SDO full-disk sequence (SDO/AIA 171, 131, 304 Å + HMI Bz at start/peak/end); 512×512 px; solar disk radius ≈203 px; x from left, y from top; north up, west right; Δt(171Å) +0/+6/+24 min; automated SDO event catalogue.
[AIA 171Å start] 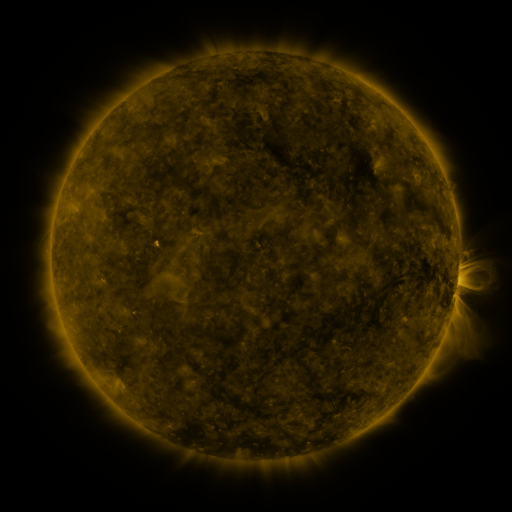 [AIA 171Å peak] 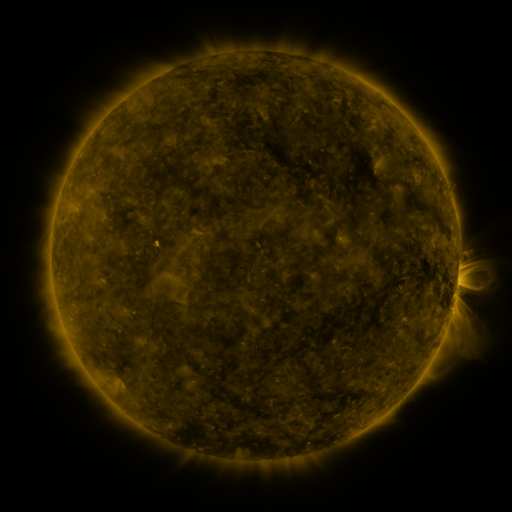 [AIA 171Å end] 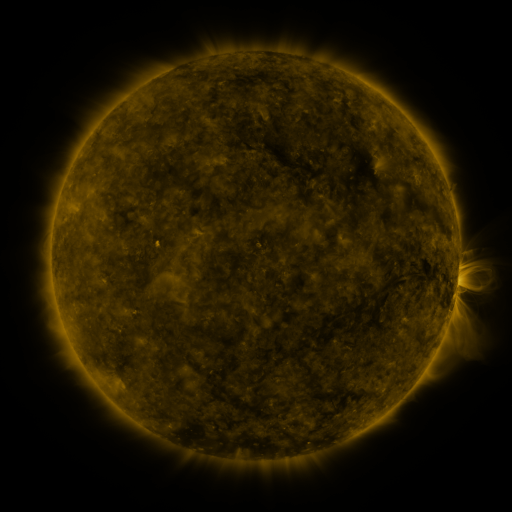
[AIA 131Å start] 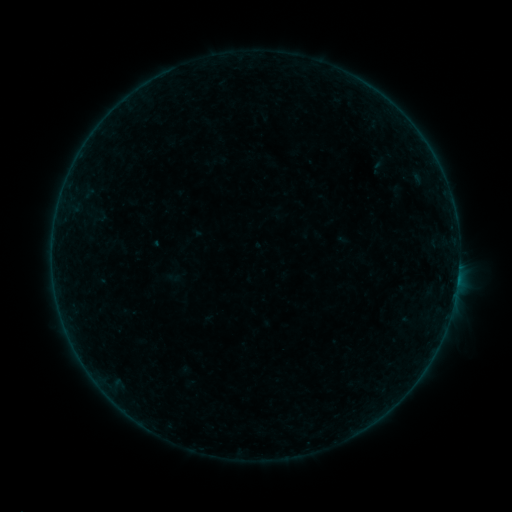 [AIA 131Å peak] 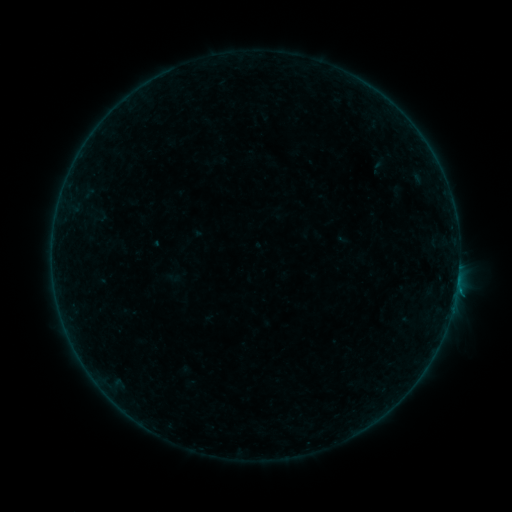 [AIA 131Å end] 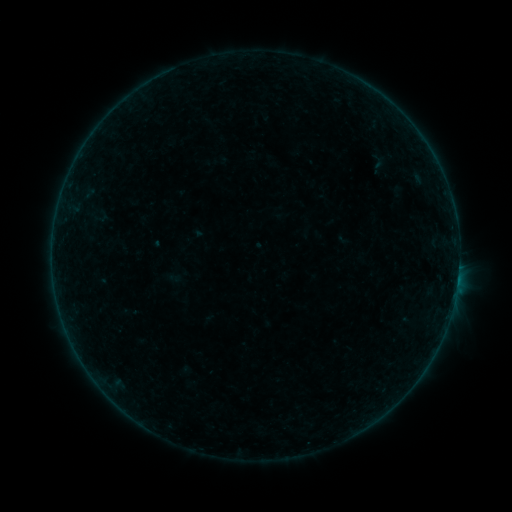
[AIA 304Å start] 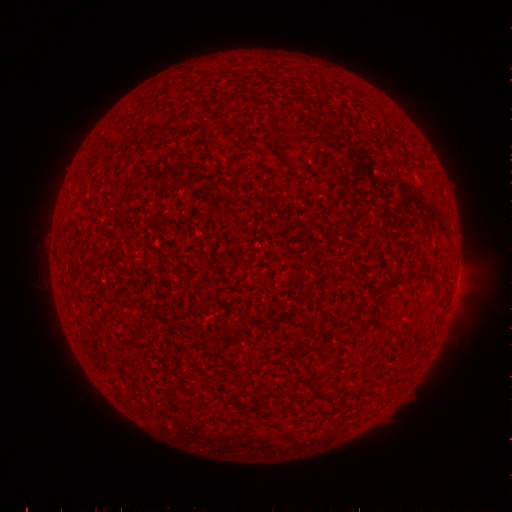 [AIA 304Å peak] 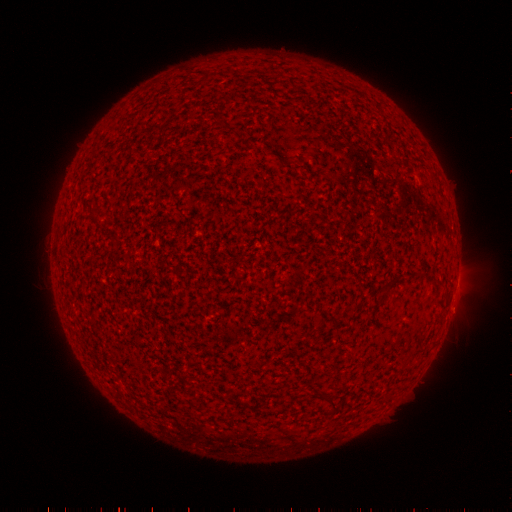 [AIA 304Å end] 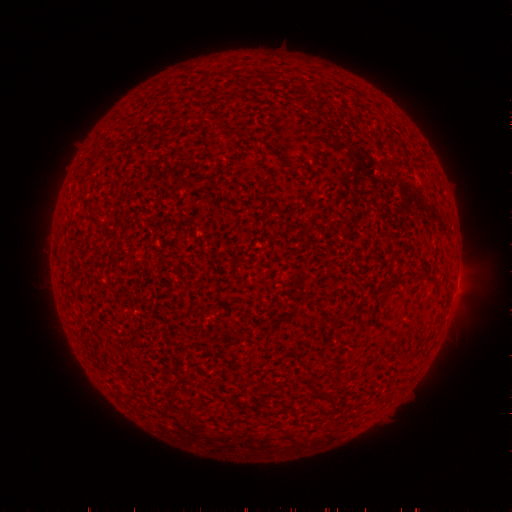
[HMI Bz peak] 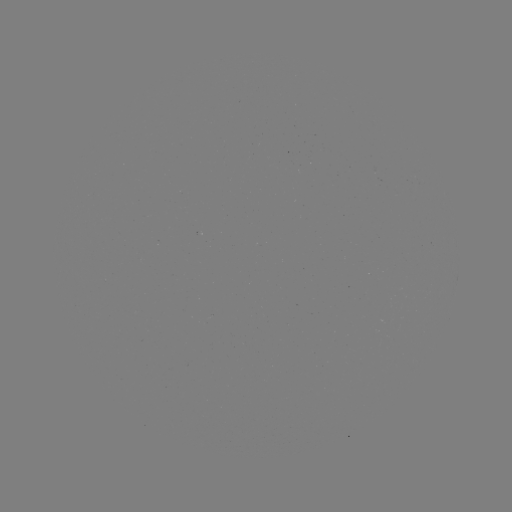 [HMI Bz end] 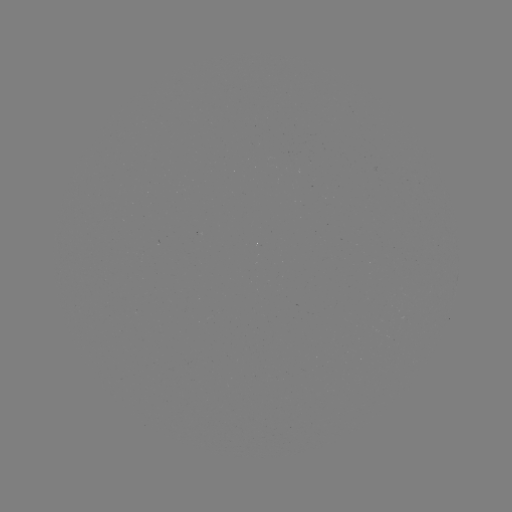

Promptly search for B1.4 flare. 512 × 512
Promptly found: (456, 287).